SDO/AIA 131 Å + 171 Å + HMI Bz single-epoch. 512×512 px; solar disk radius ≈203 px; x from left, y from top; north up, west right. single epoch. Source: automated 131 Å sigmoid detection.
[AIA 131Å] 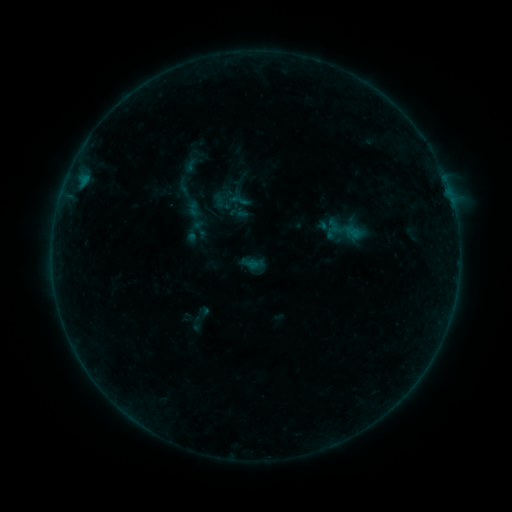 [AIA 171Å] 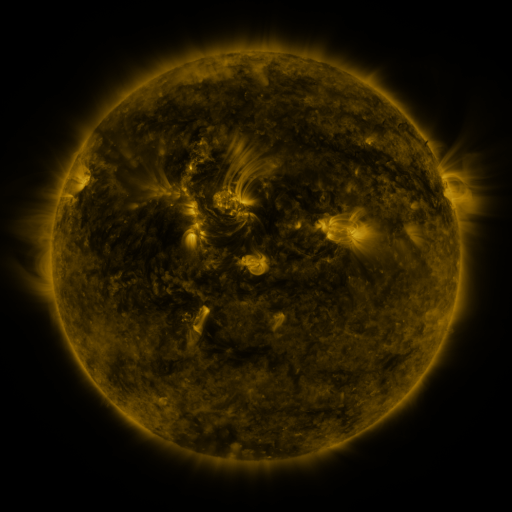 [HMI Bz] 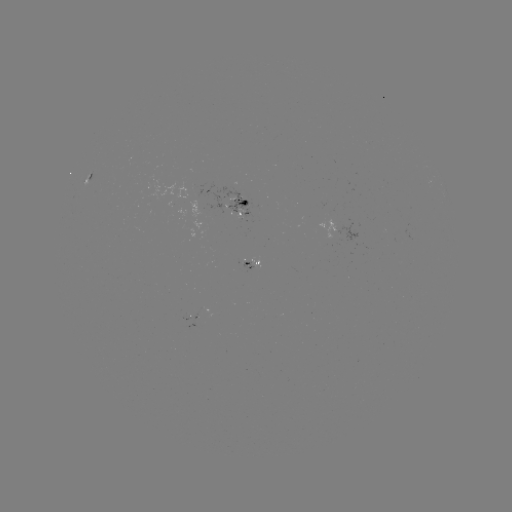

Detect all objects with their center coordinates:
sigmoid: <bbox>183, 198, 205, 221</bbox>
sigmoid: <bbox>319, 207, 367, 255</bbox>
